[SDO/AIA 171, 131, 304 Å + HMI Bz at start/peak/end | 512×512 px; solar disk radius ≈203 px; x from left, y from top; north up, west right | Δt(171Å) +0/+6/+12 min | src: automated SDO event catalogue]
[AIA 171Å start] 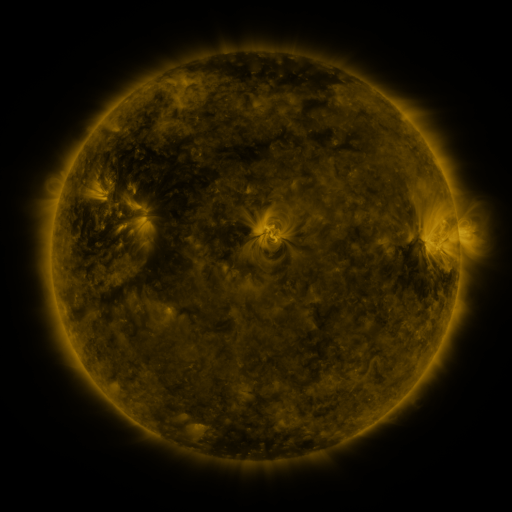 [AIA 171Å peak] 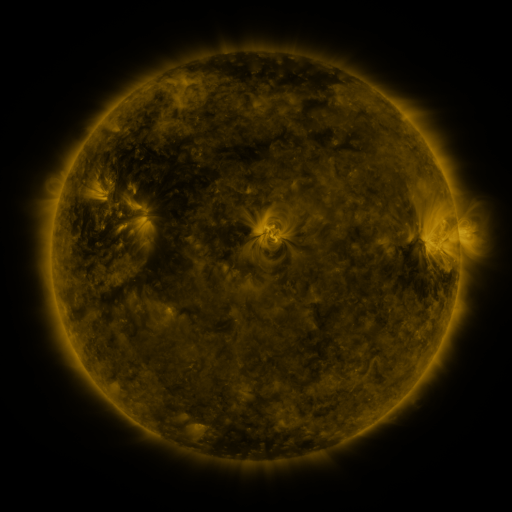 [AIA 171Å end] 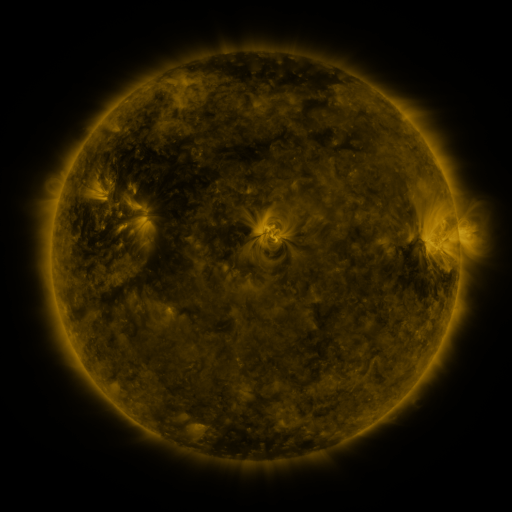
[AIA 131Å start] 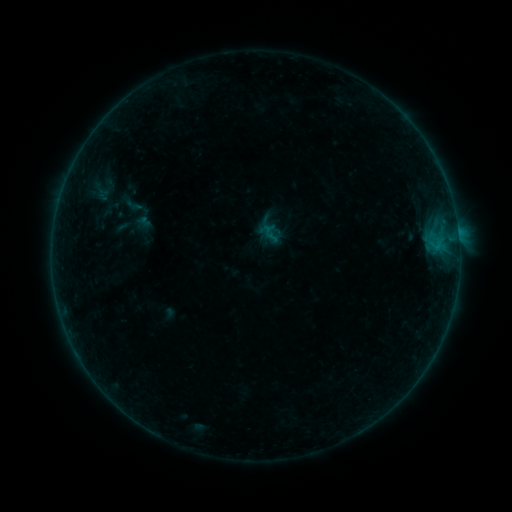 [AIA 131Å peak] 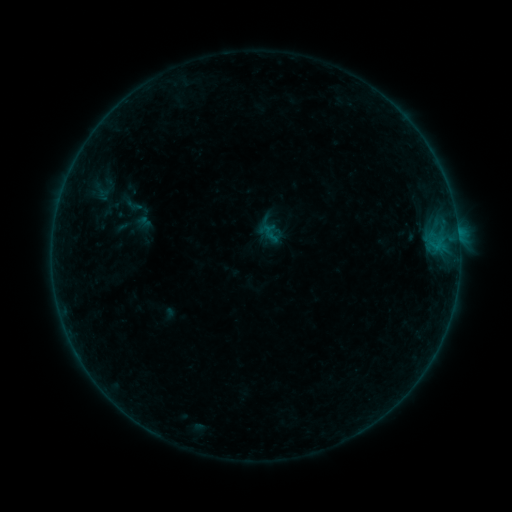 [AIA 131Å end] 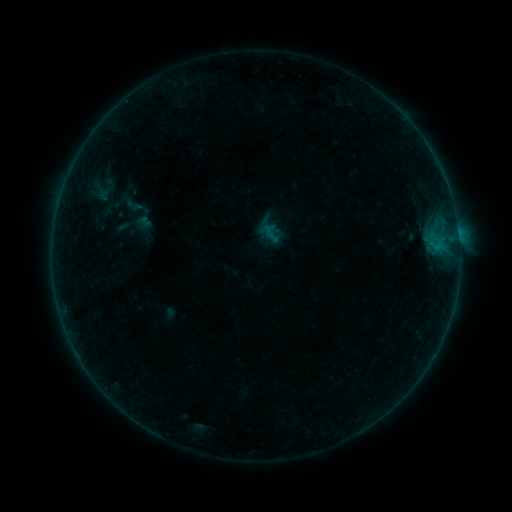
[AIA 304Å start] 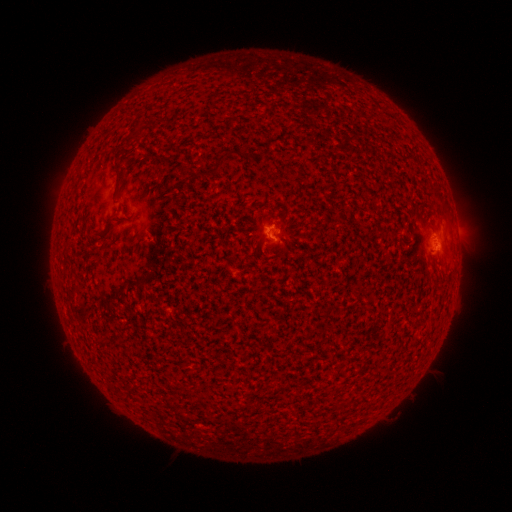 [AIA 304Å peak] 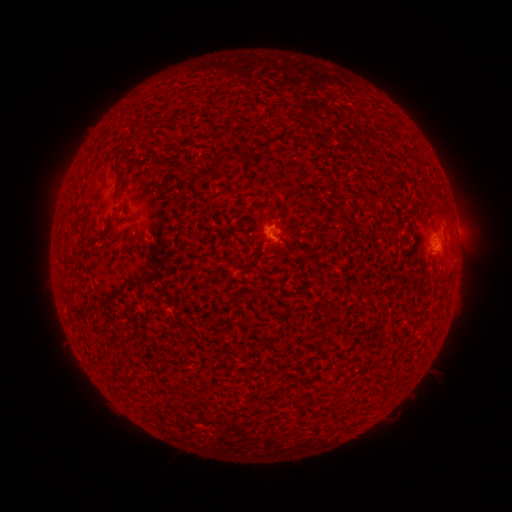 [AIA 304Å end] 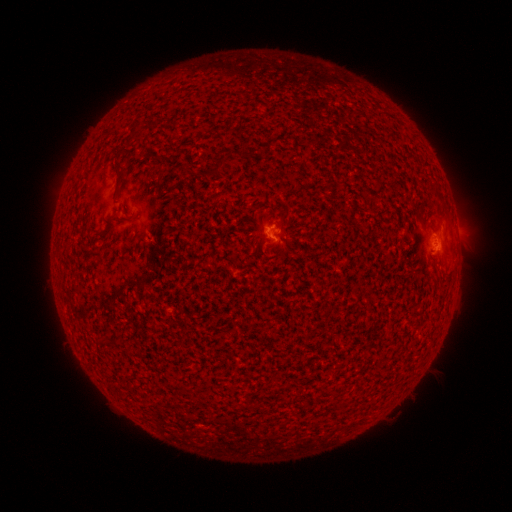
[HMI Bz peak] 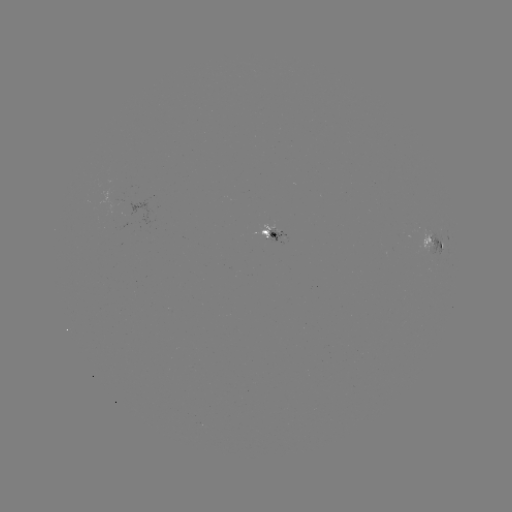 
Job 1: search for B1.1 flare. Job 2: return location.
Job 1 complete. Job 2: [430, 245].